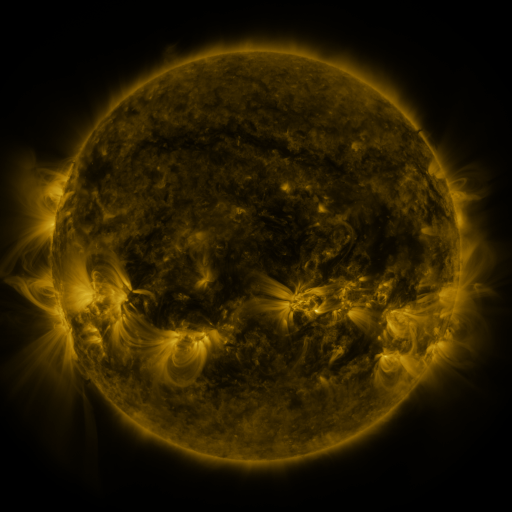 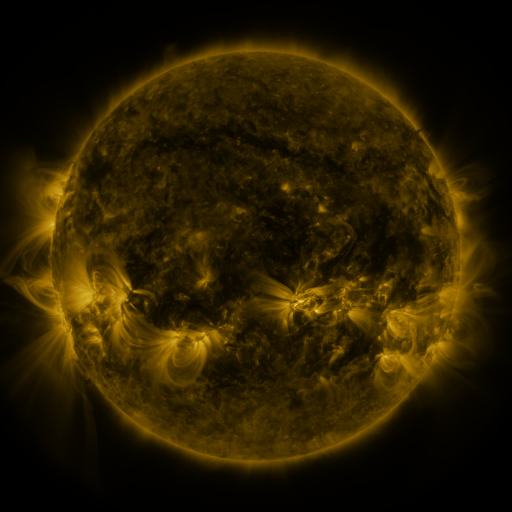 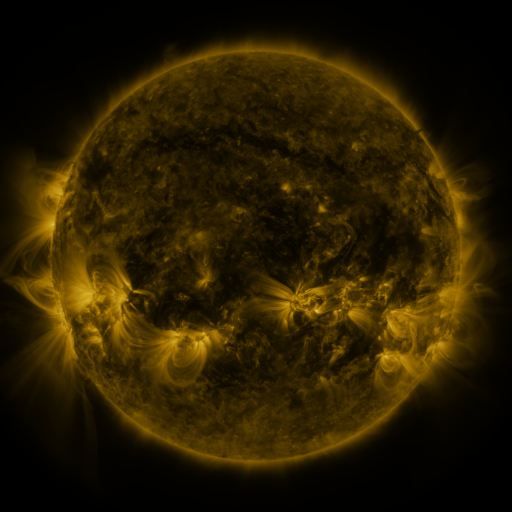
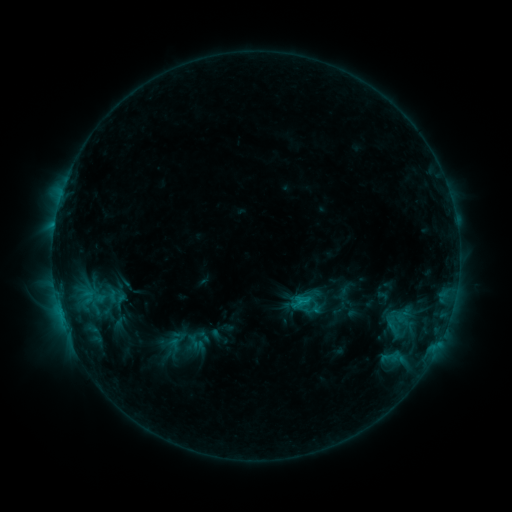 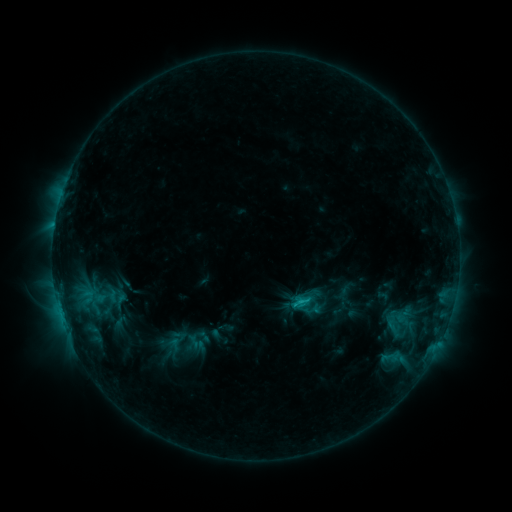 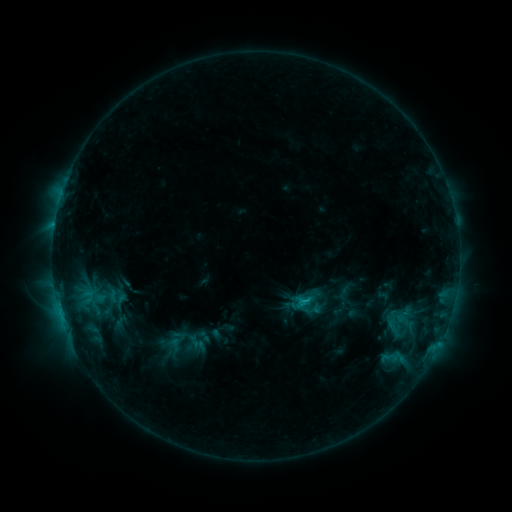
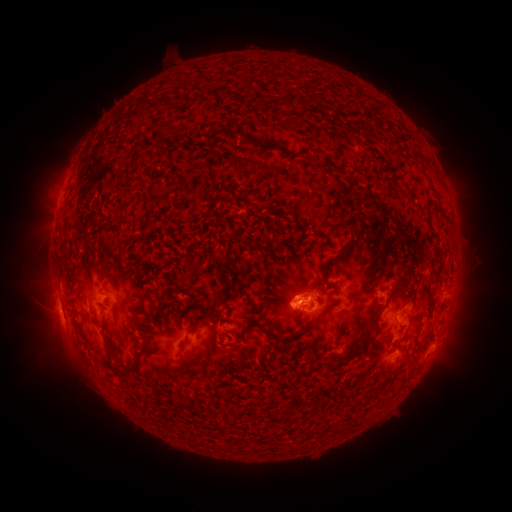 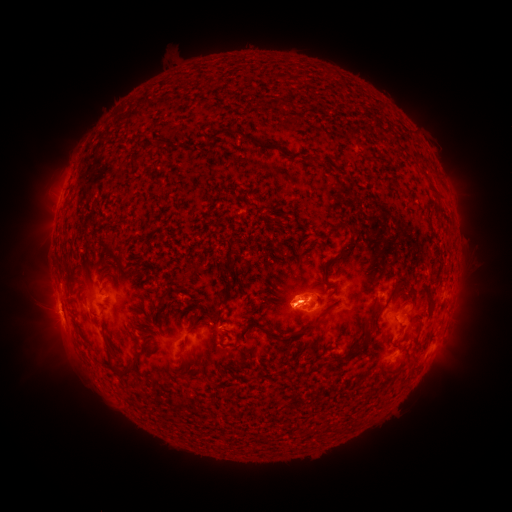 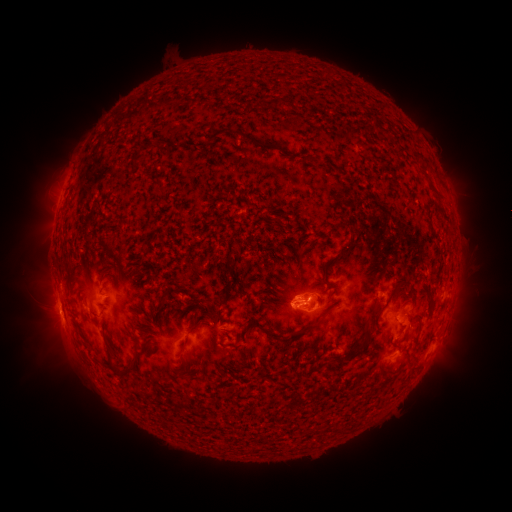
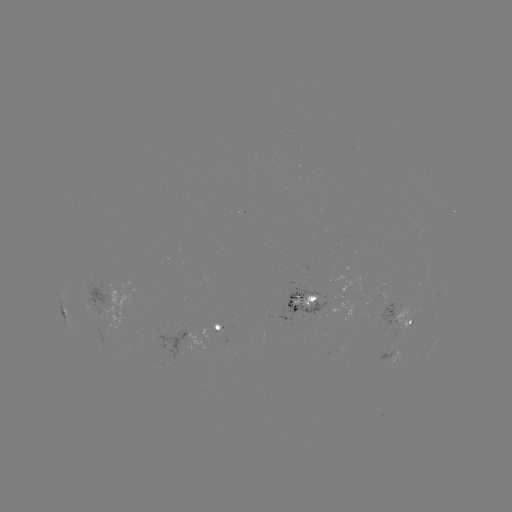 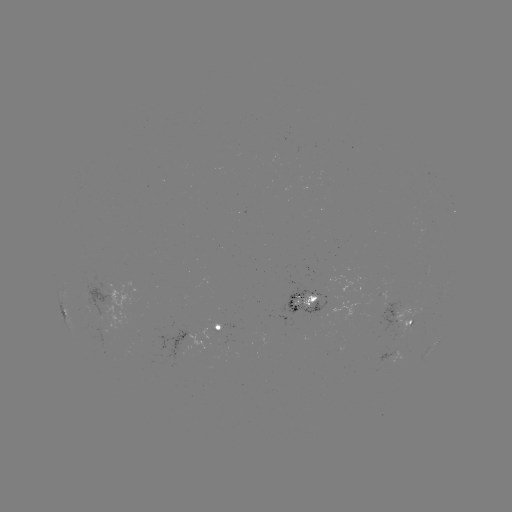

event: flare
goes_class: C1.7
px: (293, 302)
